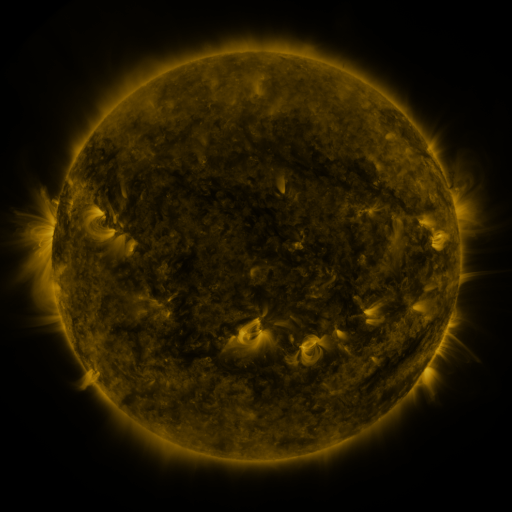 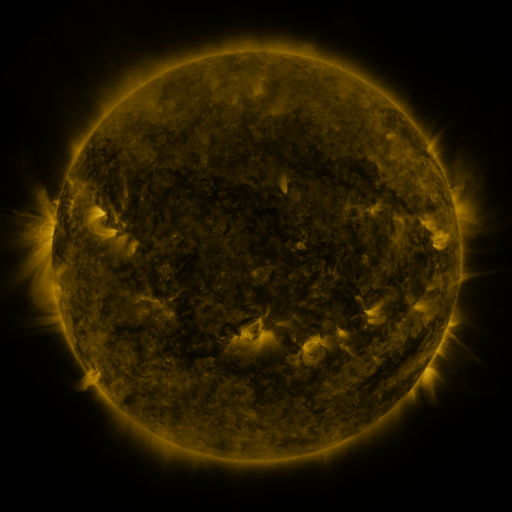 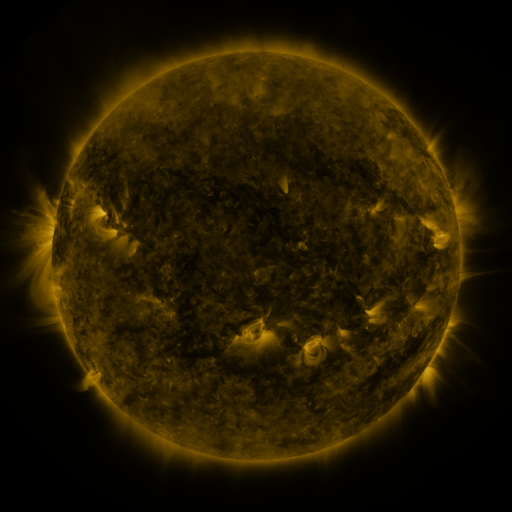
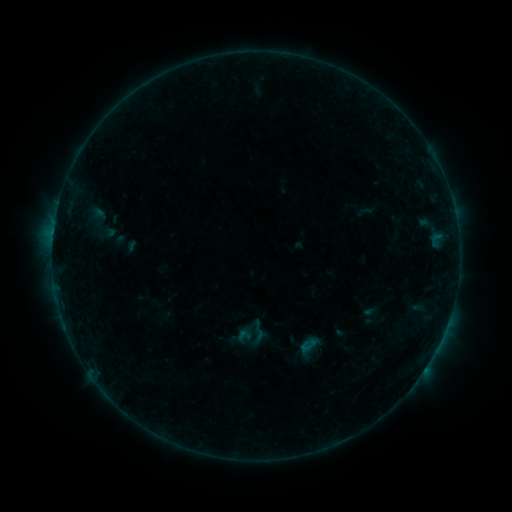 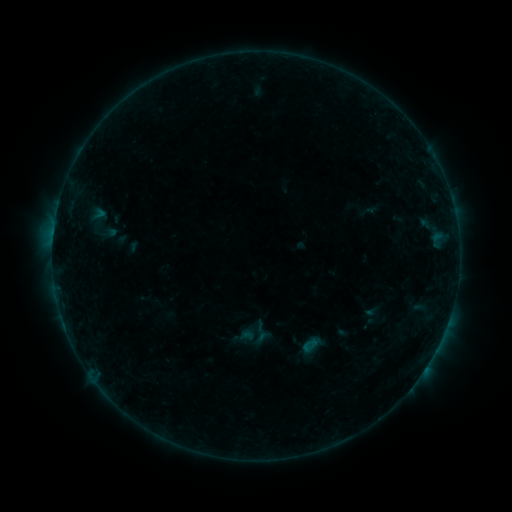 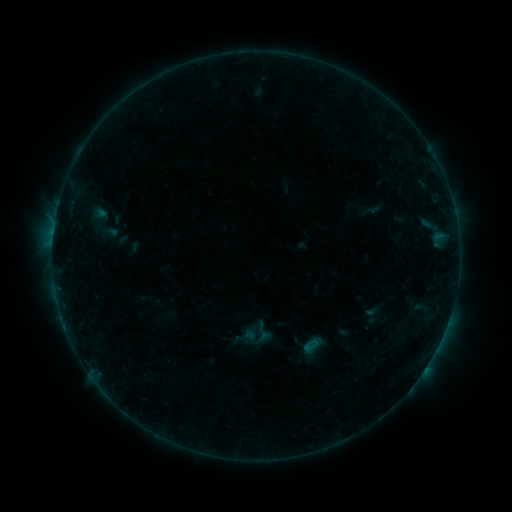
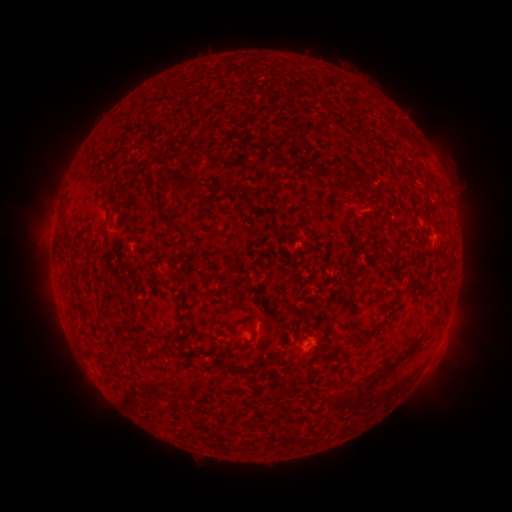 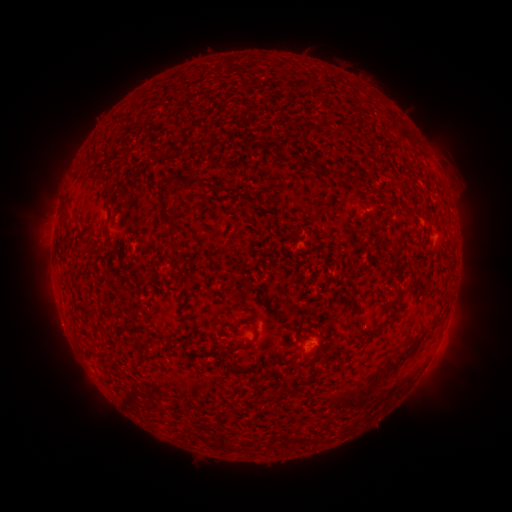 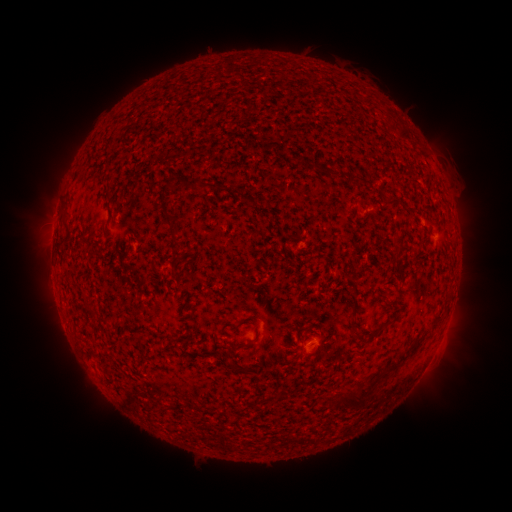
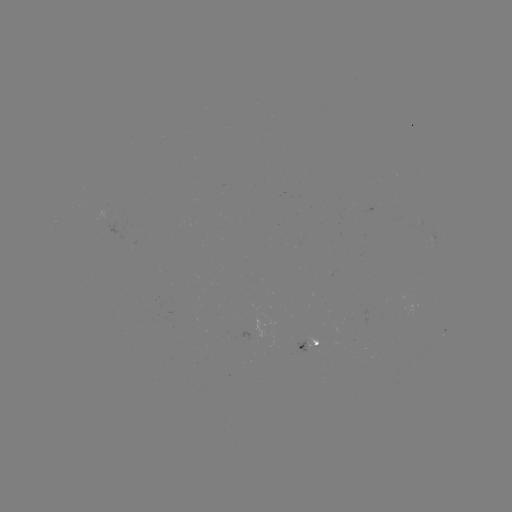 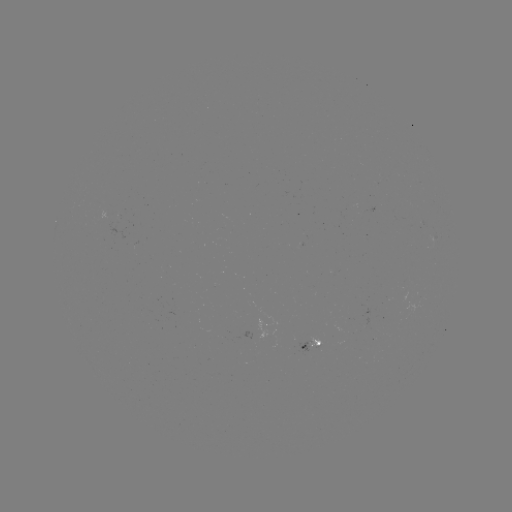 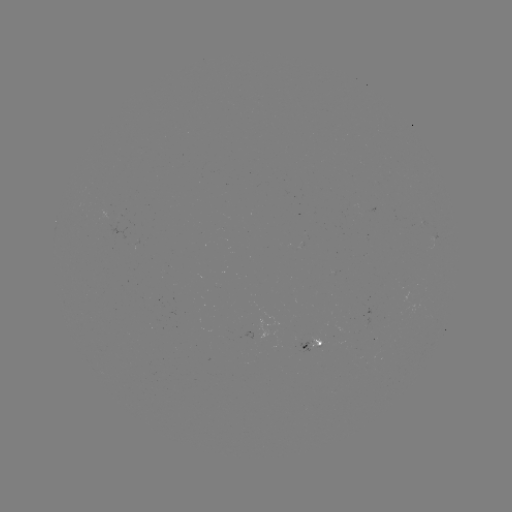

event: emerging-flux region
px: (365, 323)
